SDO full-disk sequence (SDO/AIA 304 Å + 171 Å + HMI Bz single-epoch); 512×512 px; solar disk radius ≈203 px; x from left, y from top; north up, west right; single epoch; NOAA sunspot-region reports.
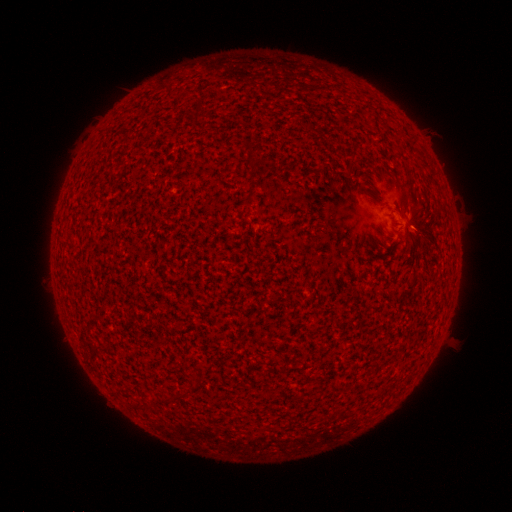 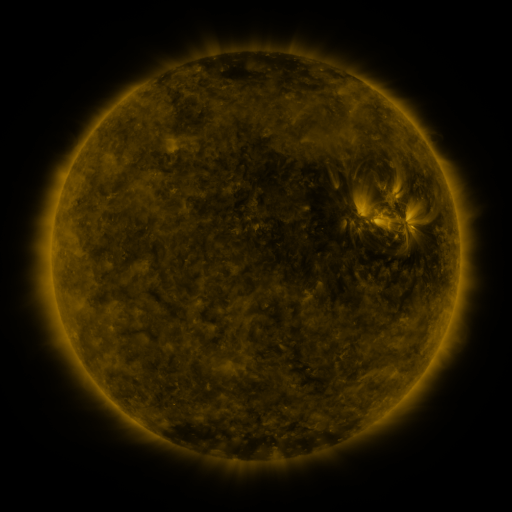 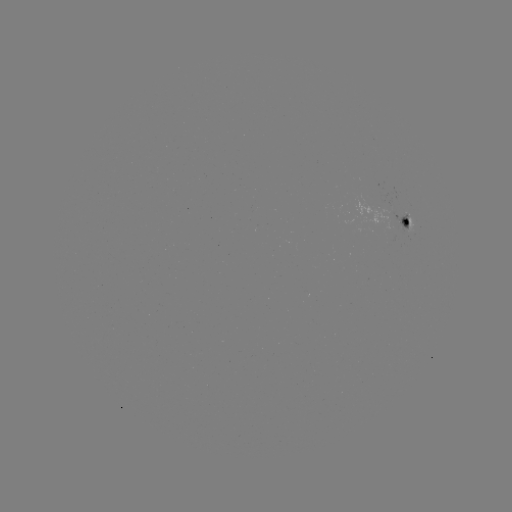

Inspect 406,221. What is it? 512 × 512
spotted active region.